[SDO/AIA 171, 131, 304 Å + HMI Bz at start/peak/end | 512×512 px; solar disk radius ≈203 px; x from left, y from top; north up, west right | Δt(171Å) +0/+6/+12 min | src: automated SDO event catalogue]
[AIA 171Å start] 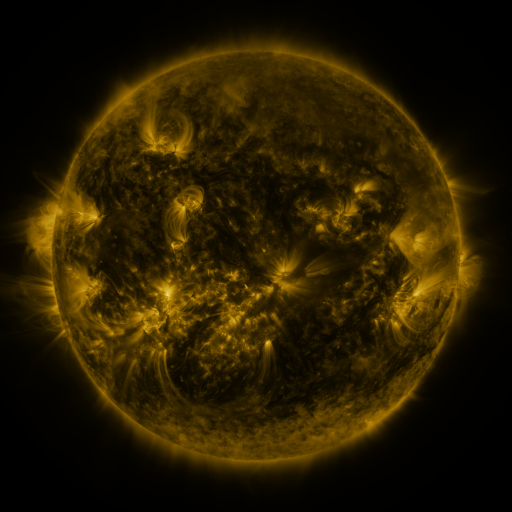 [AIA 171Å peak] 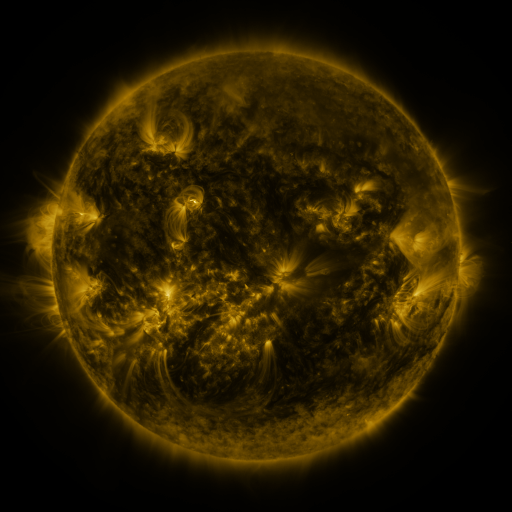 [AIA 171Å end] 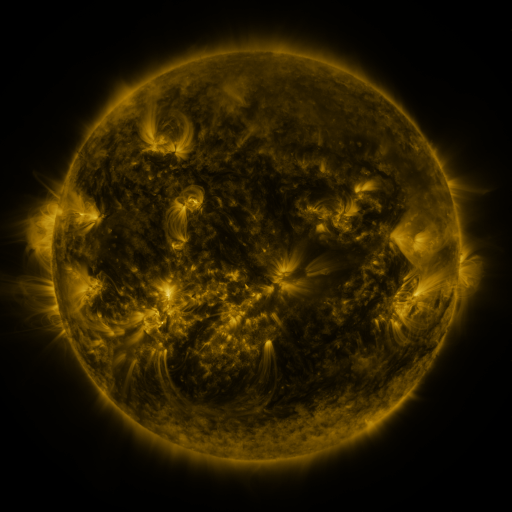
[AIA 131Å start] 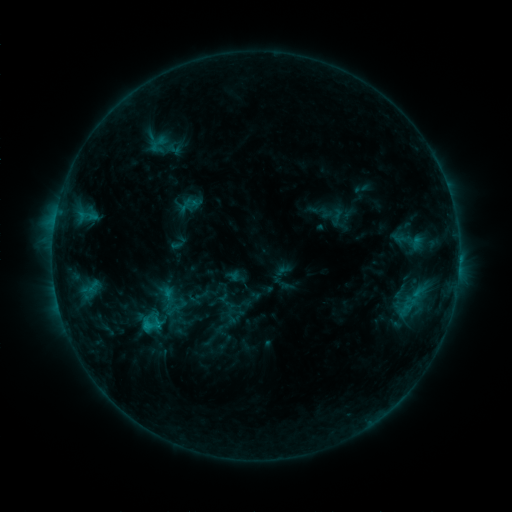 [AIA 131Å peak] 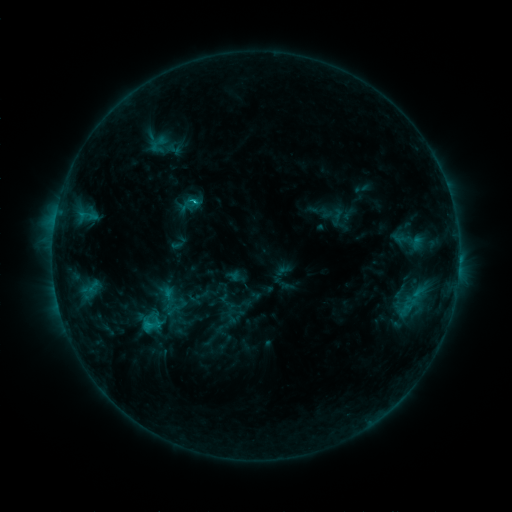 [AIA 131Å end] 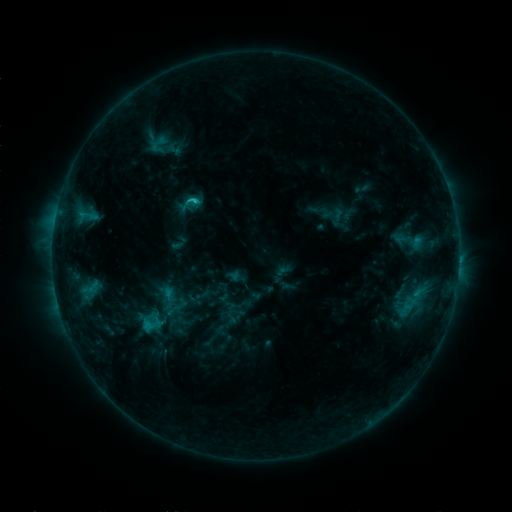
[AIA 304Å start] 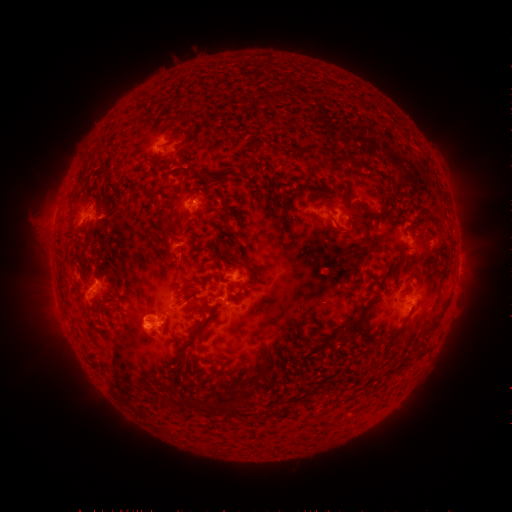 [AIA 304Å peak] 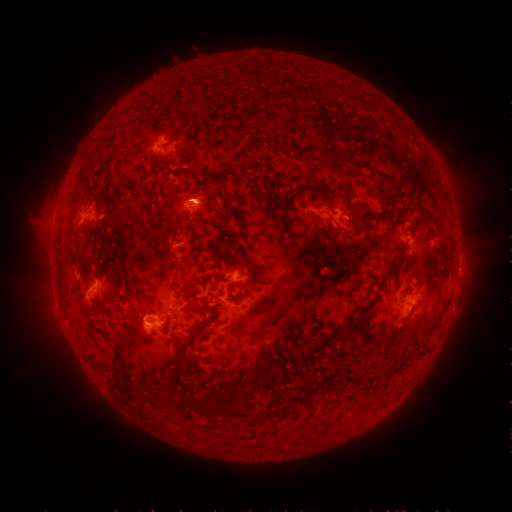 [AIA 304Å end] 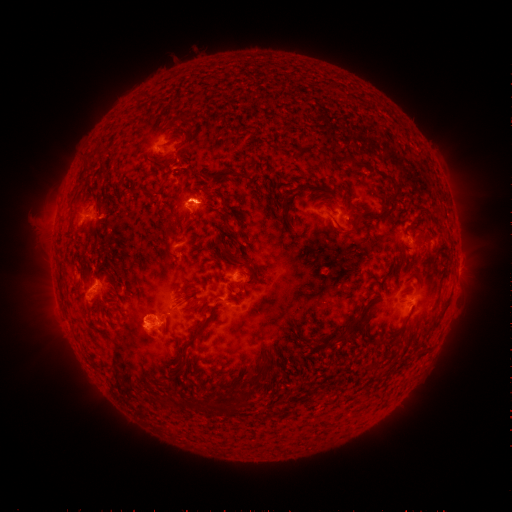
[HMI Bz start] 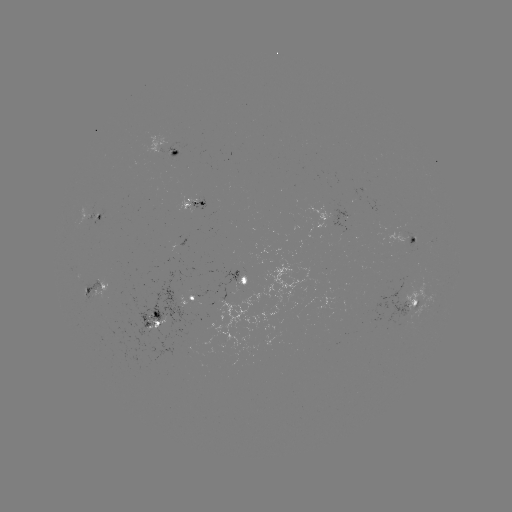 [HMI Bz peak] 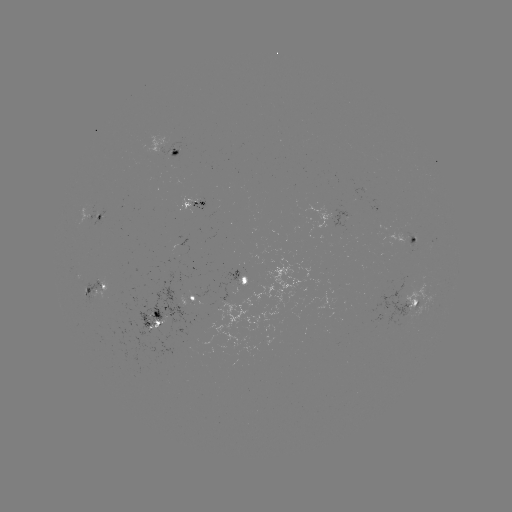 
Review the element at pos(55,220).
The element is C1.5 flare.